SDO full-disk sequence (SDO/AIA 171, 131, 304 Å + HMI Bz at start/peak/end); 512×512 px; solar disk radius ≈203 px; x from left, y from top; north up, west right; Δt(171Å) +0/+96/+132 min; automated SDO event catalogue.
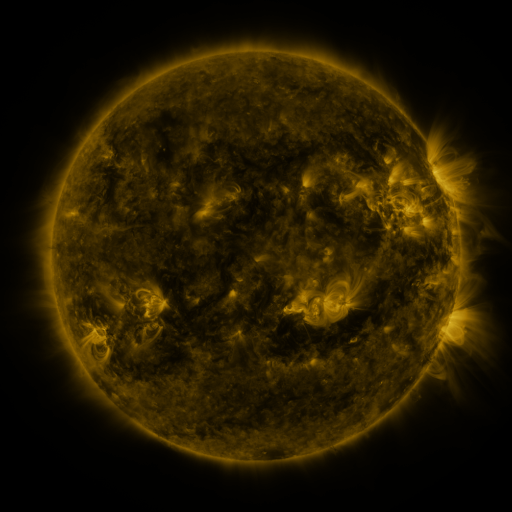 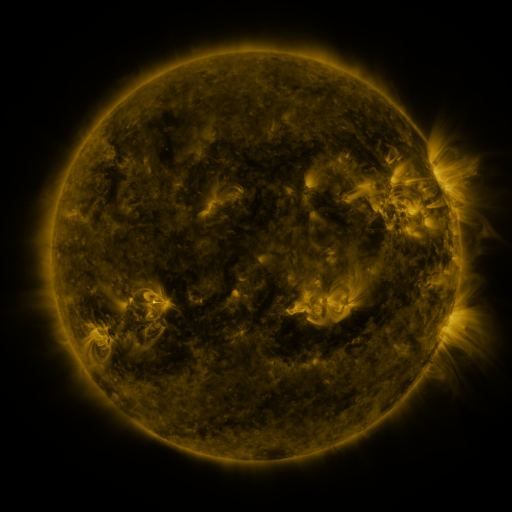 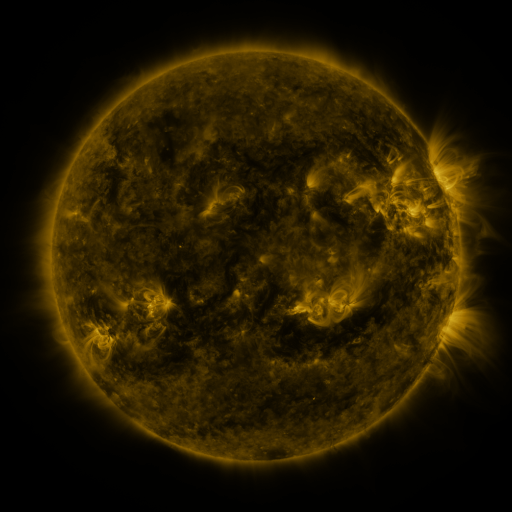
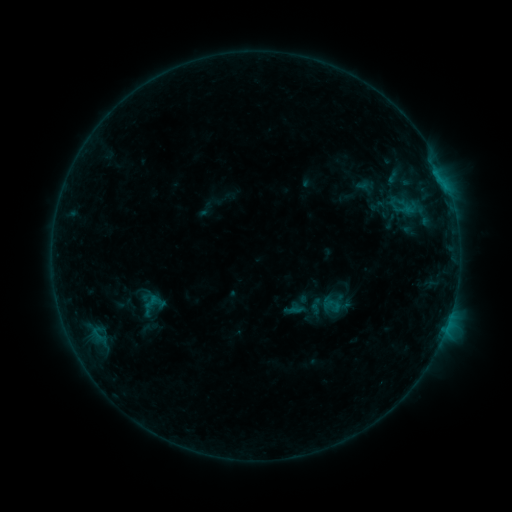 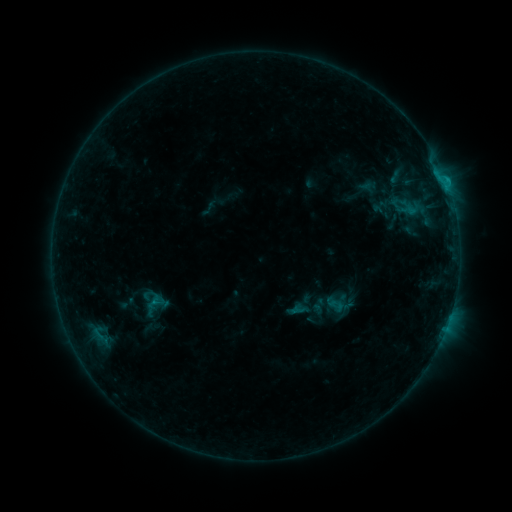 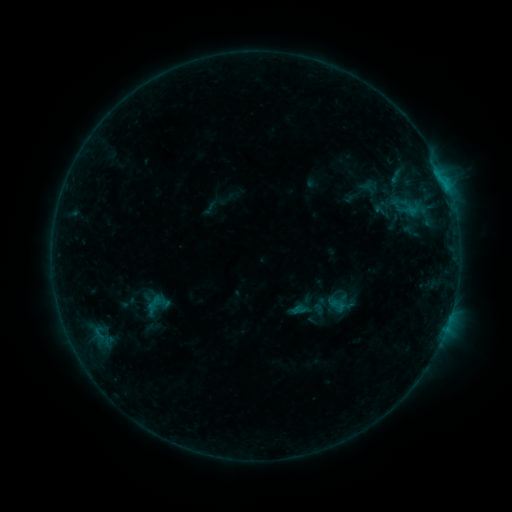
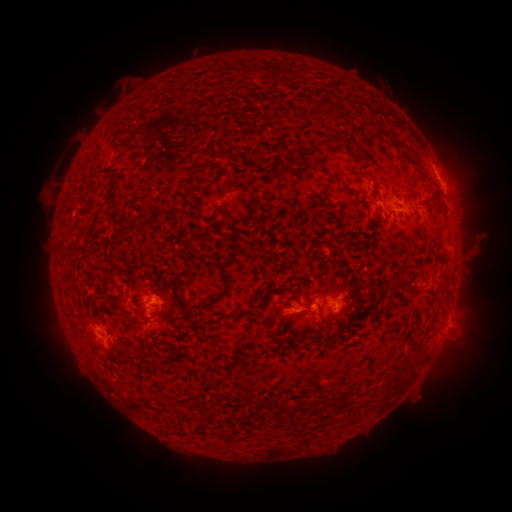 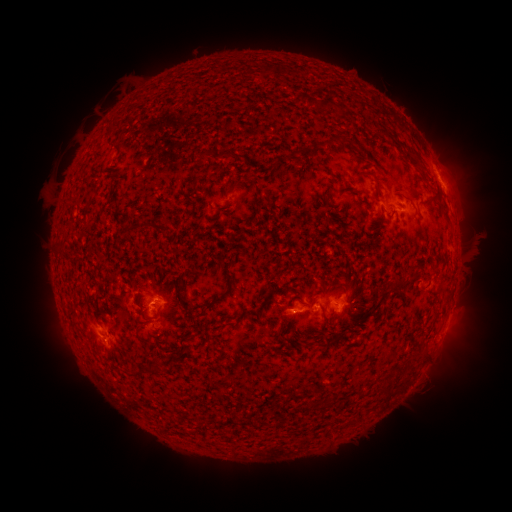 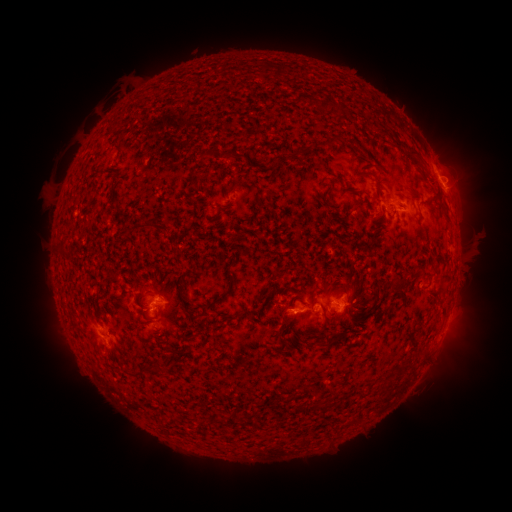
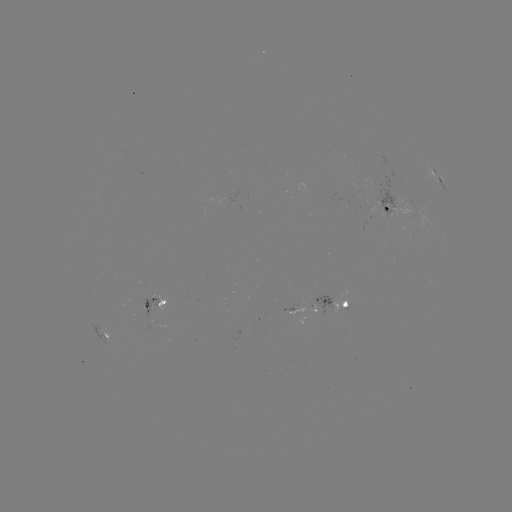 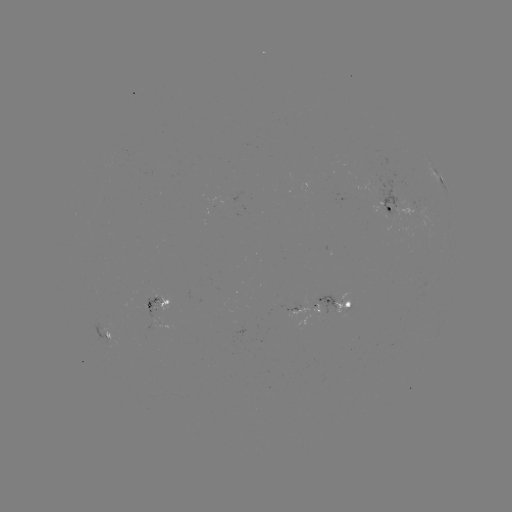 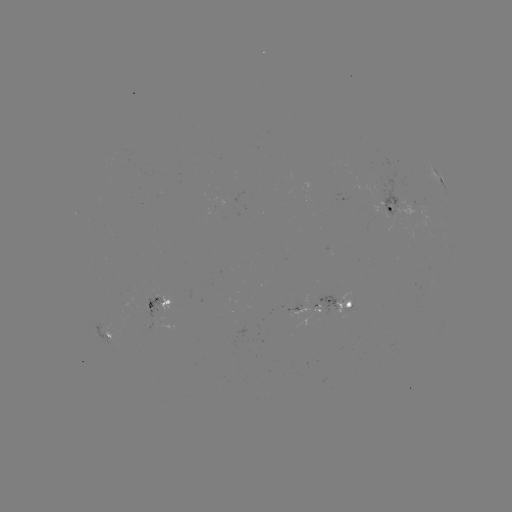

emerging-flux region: [390, 197, 417, 224]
